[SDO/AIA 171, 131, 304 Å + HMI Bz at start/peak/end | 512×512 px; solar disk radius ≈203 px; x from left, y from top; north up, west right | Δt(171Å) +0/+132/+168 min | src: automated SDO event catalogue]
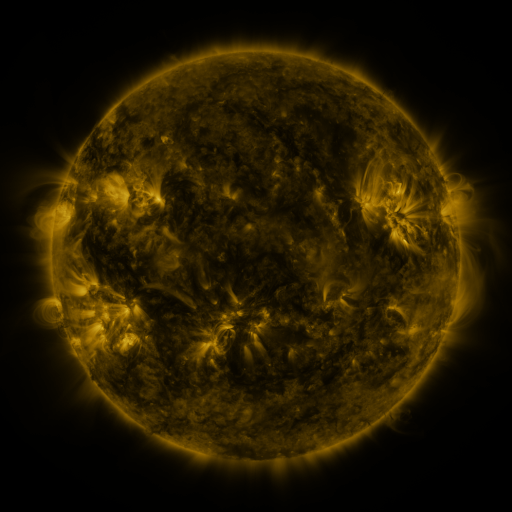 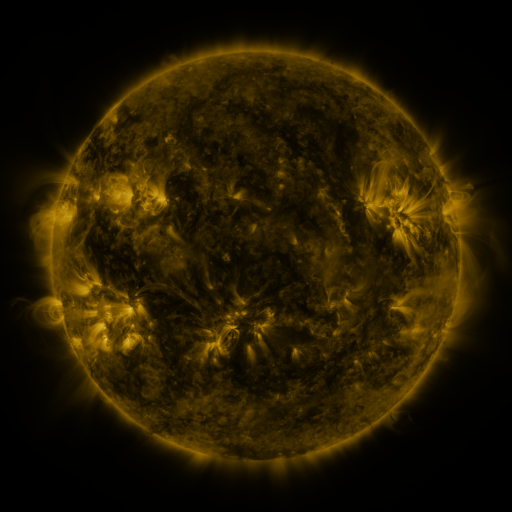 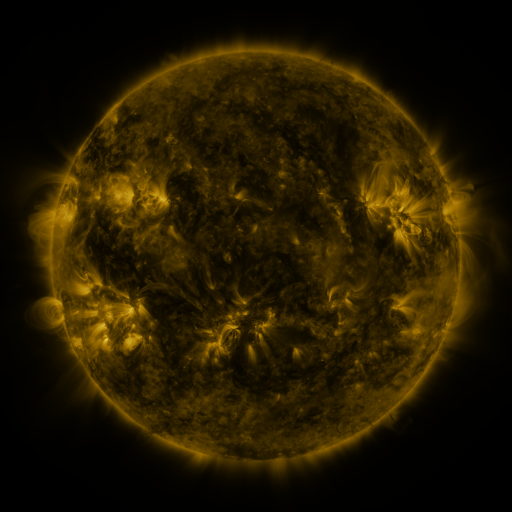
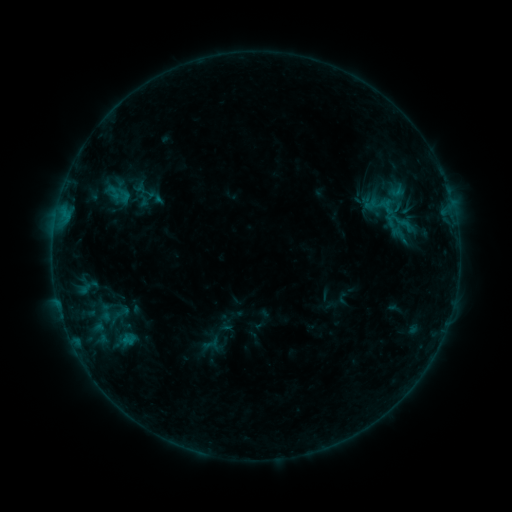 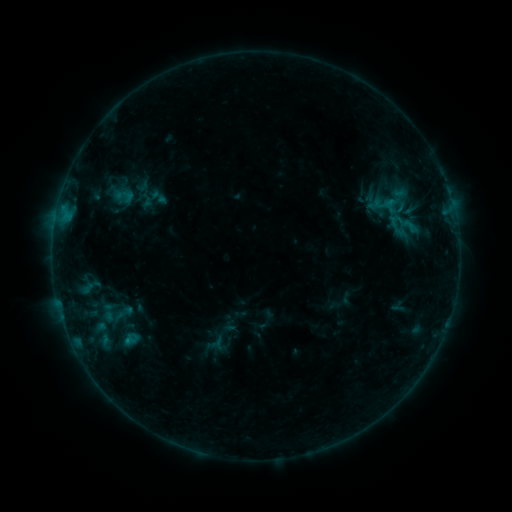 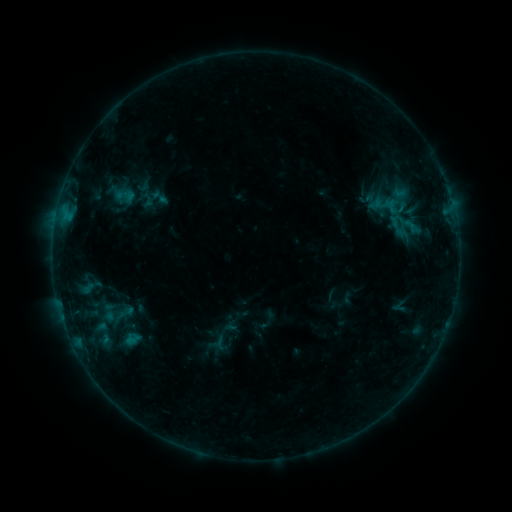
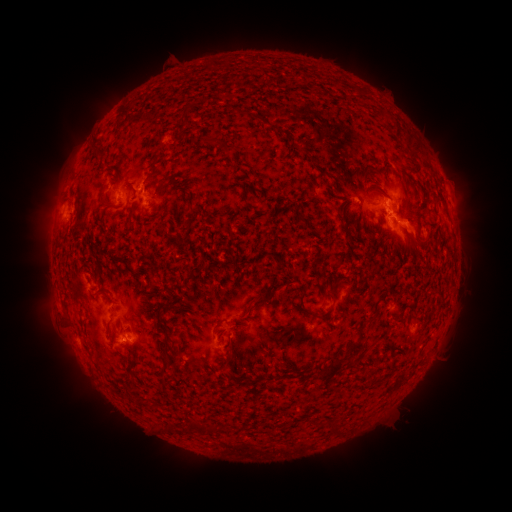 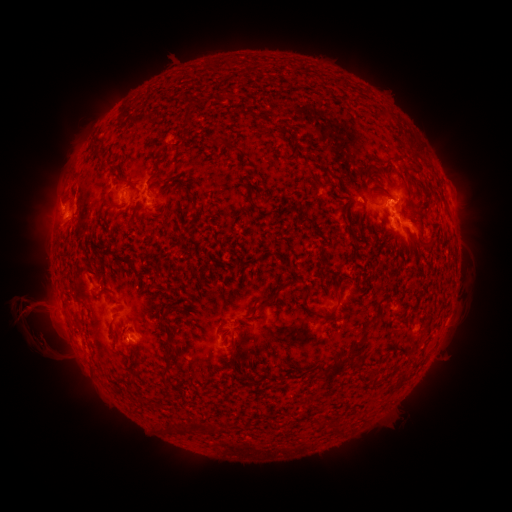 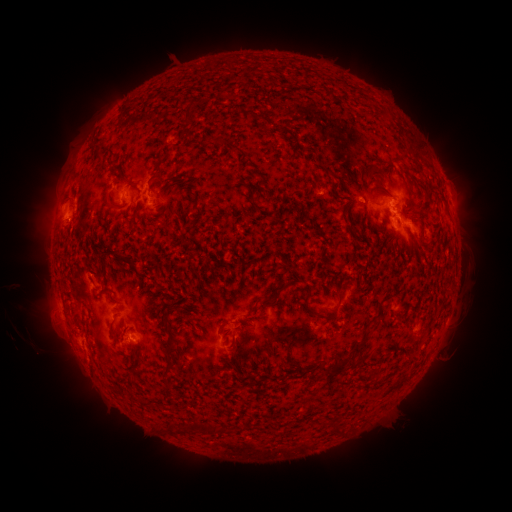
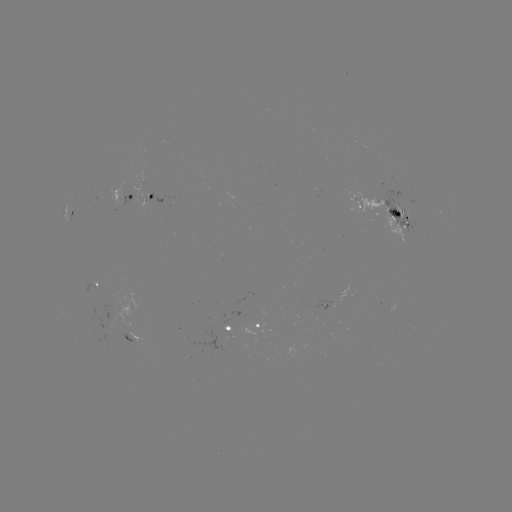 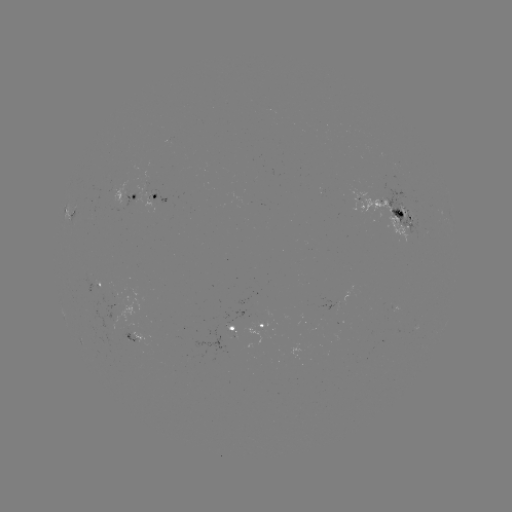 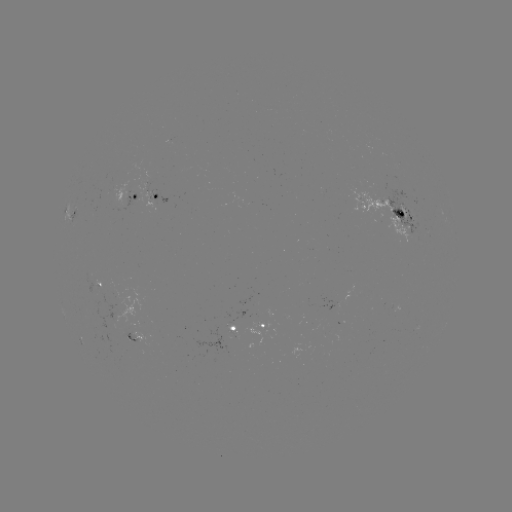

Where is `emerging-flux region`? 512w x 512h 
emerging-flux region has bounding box [389, 161, 400, 169].